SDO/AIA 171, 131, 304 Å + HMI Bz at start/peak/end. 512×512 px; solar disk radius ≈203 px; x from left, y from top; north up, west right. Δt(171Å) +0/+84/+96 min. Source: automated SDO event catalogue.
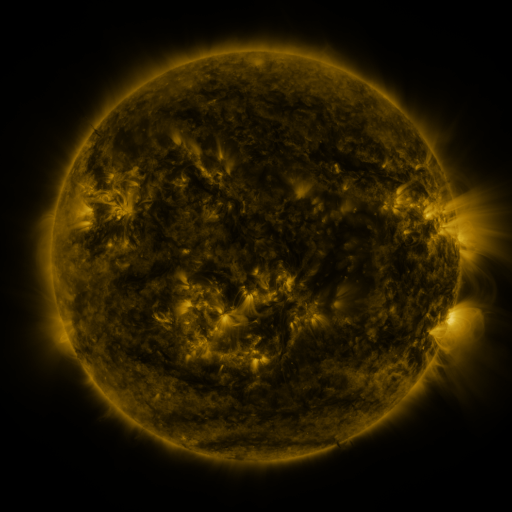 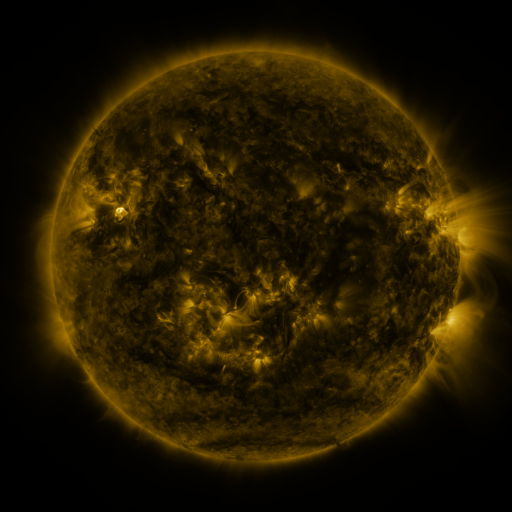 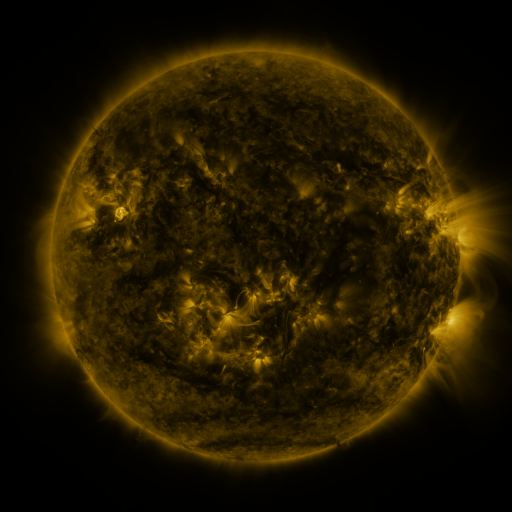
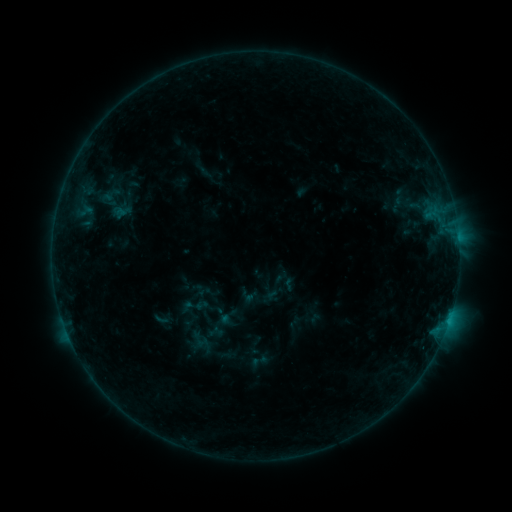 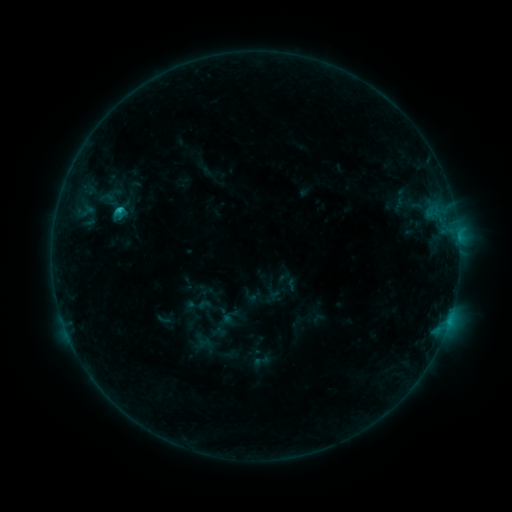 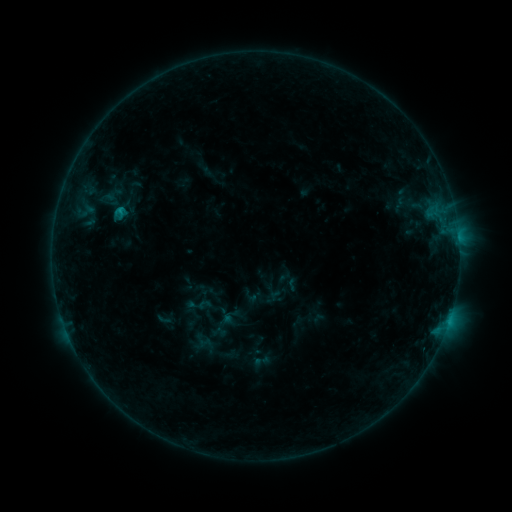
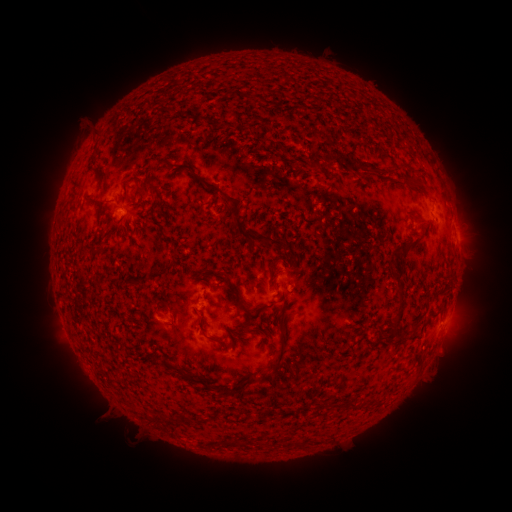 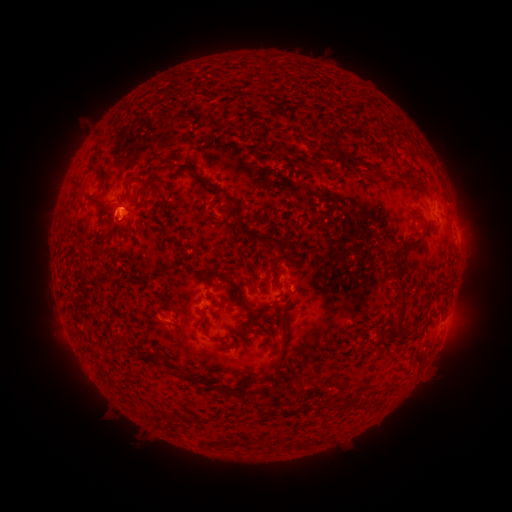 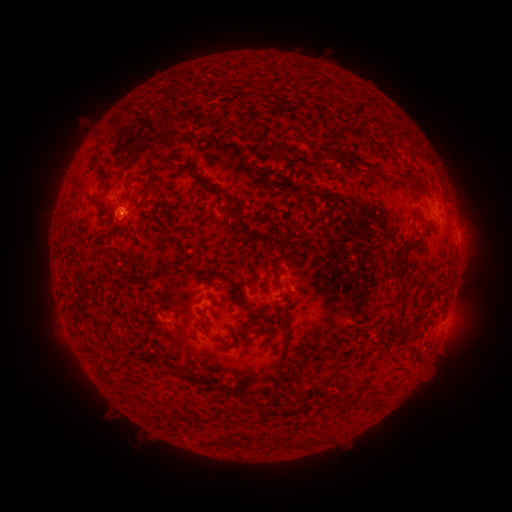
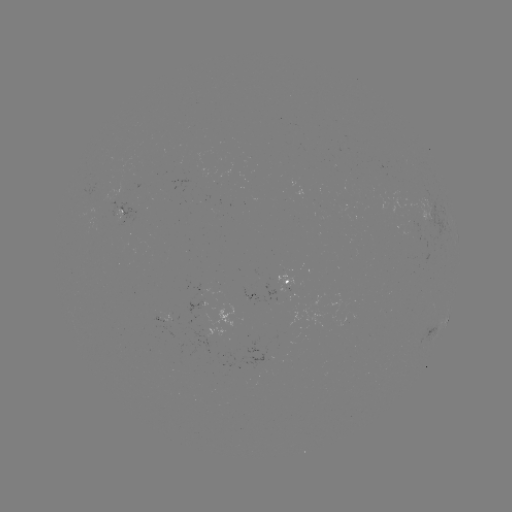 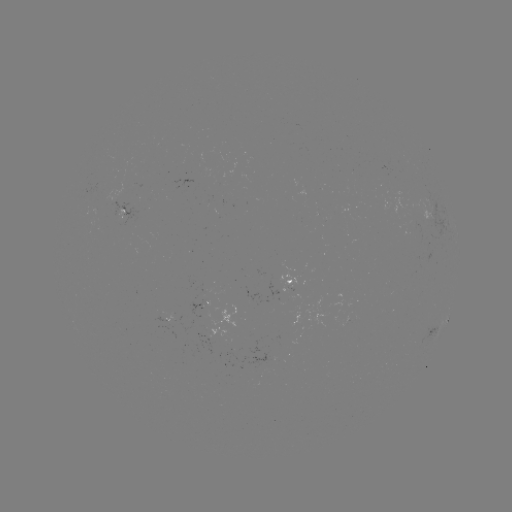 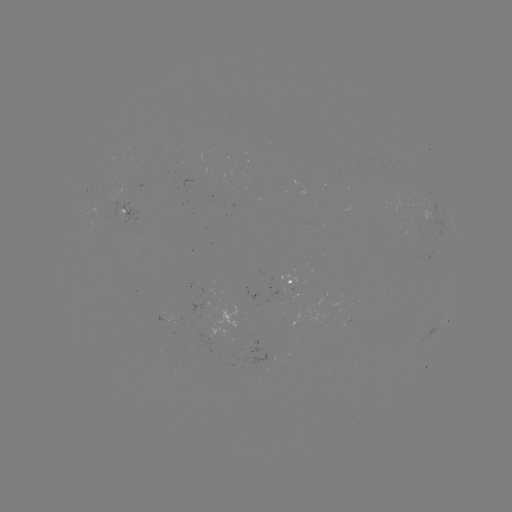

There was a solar emerging-flux region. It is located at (203, 299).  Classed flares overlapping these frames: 1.